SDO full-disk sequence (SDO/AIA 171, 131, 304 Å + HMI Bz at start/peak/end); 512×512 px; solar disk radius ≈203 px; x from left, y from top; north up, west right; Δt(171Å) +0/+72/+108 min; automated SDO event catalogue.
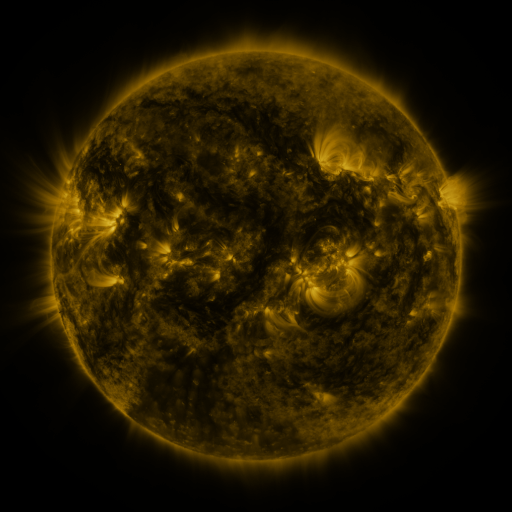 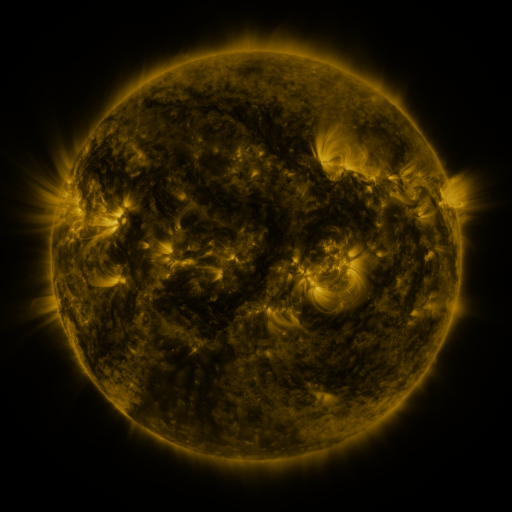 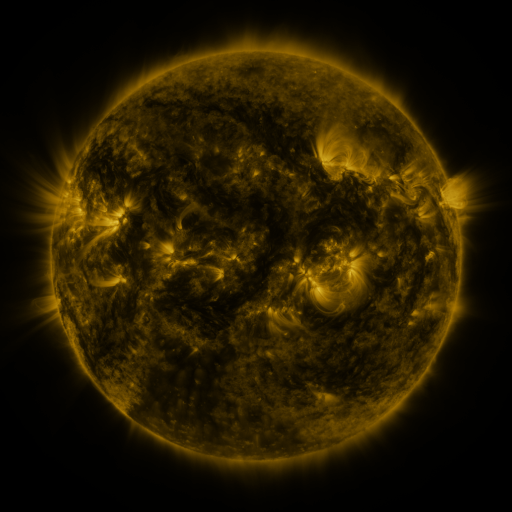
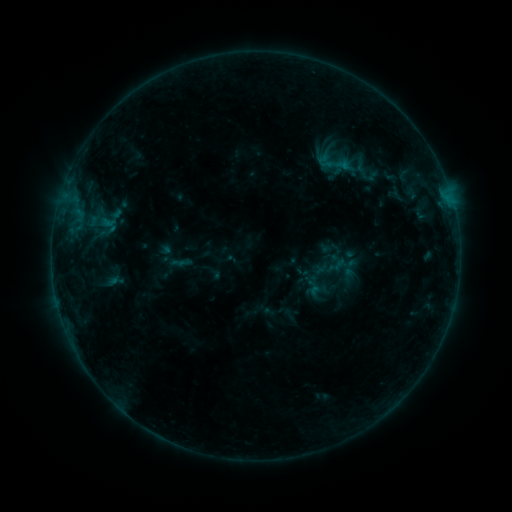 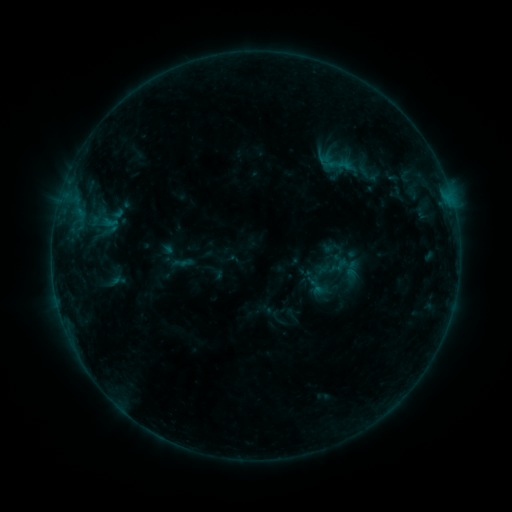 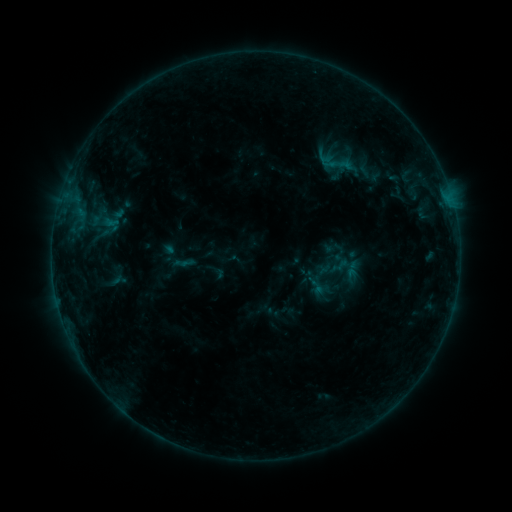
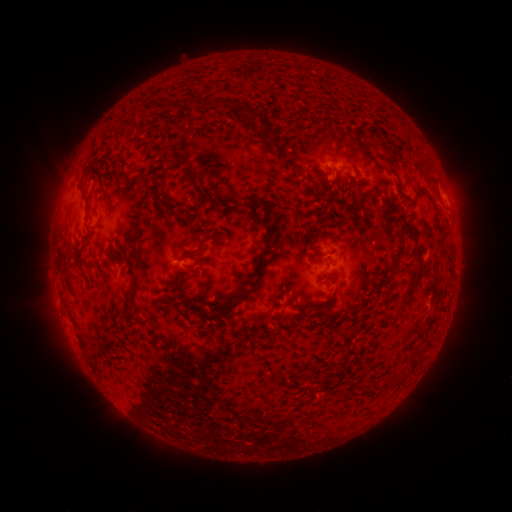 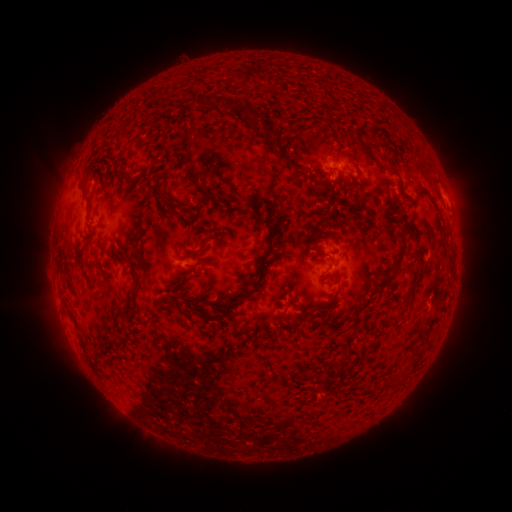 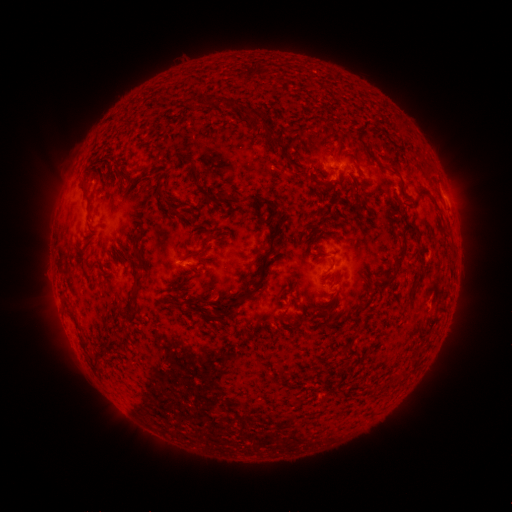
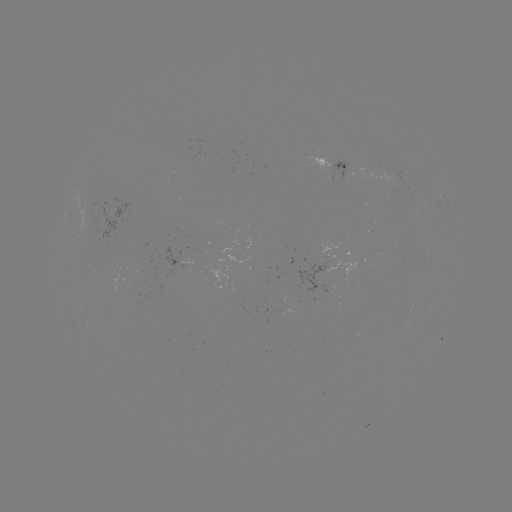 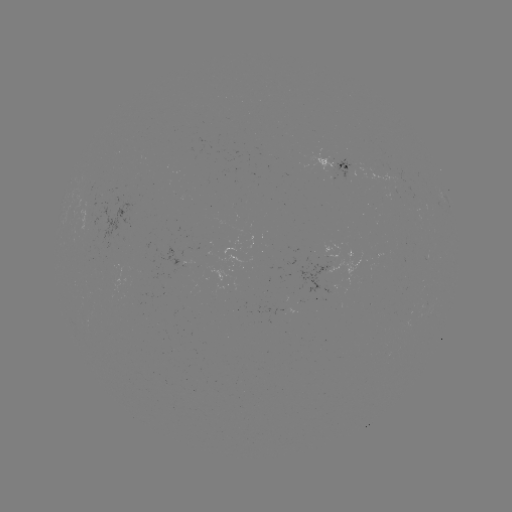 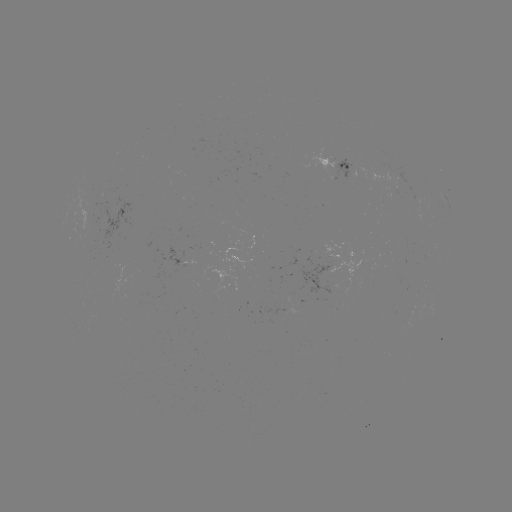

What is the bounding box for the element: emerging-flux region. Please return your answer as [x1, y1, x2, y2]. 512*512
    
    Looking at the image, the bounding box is [378, 186, 398, 197].